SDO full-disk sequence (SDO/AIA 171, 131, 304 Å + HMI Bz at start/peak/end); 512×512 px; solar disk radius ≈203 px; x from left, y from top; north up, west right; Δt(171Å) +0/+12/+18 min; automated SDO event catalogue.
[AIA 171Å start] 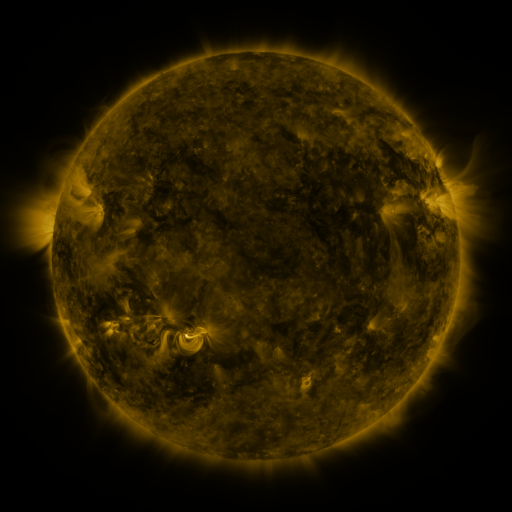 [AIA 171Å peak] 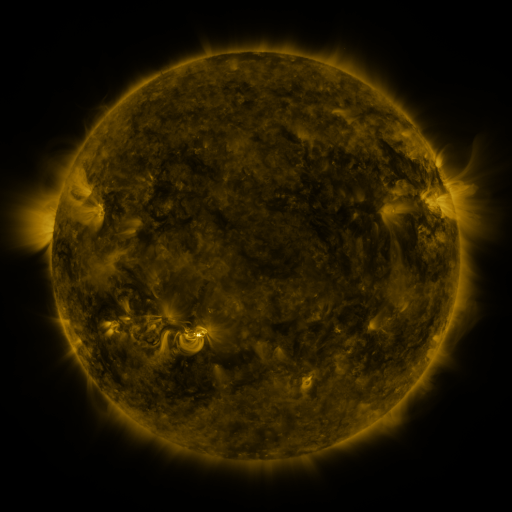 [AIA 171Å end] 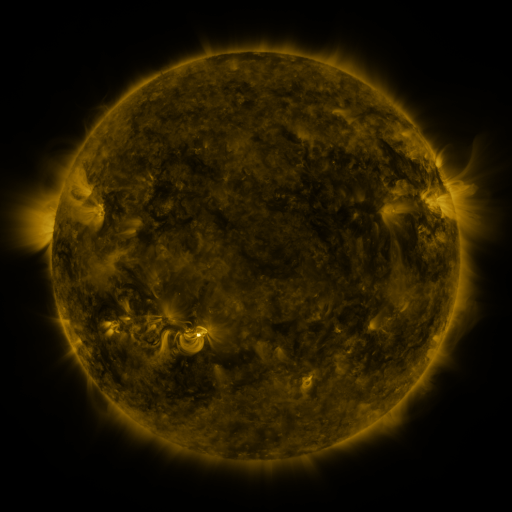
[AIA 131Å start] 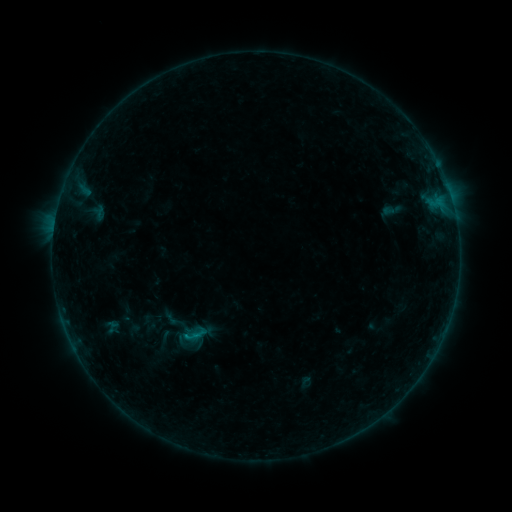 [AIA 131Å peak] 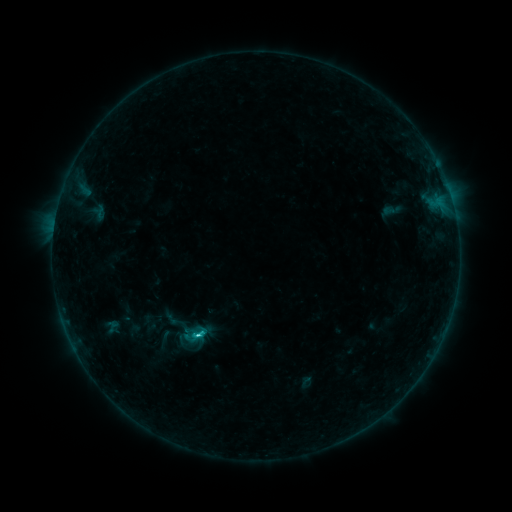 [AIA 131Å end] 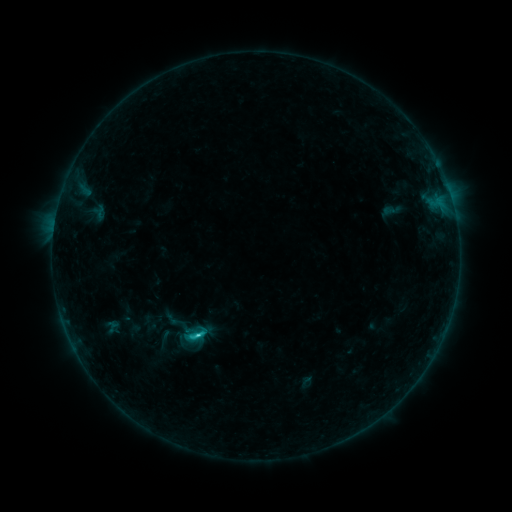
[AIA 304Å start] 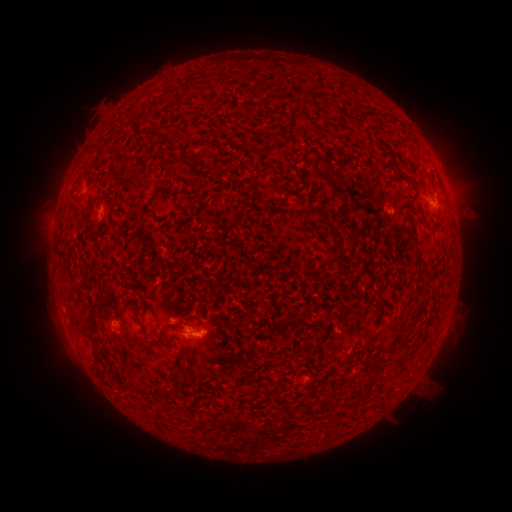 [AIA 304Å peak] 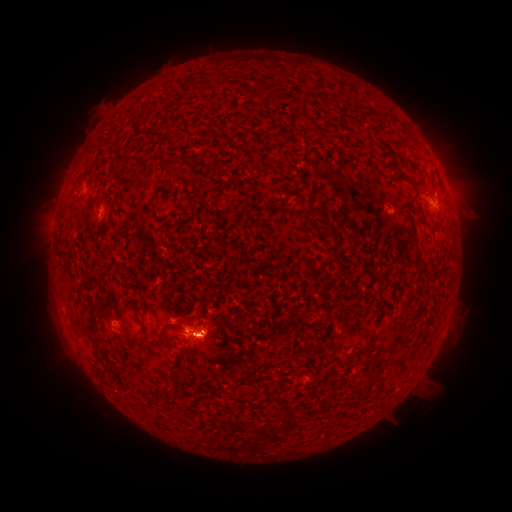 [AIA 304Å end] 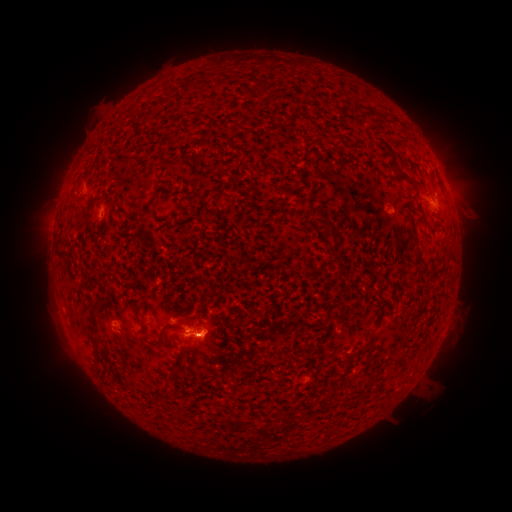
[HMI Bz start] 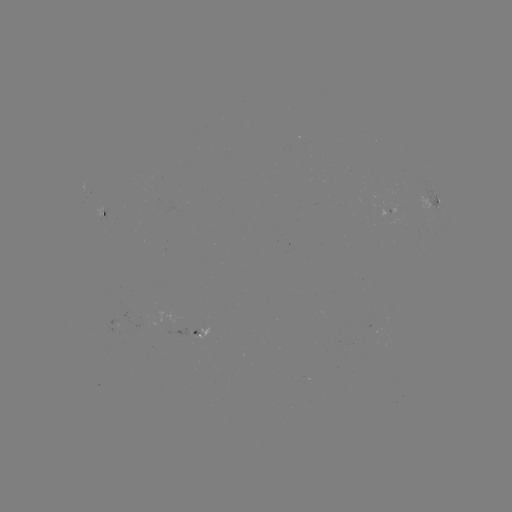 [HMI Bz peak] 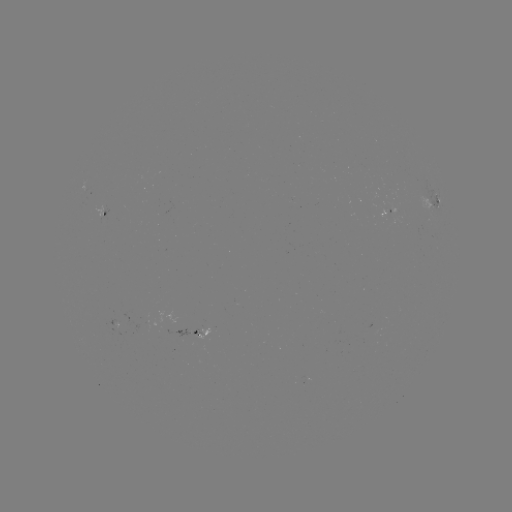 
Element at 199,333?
C3.1 flare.